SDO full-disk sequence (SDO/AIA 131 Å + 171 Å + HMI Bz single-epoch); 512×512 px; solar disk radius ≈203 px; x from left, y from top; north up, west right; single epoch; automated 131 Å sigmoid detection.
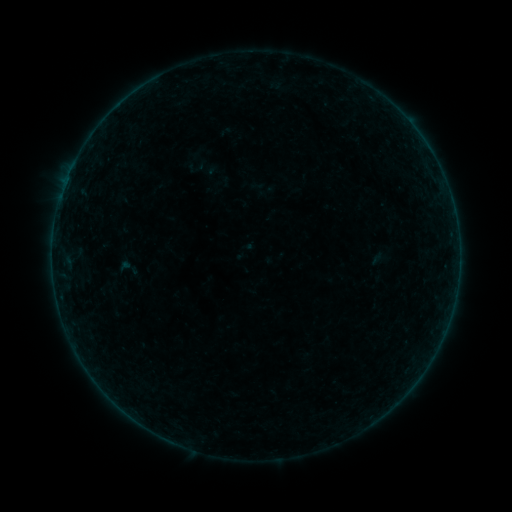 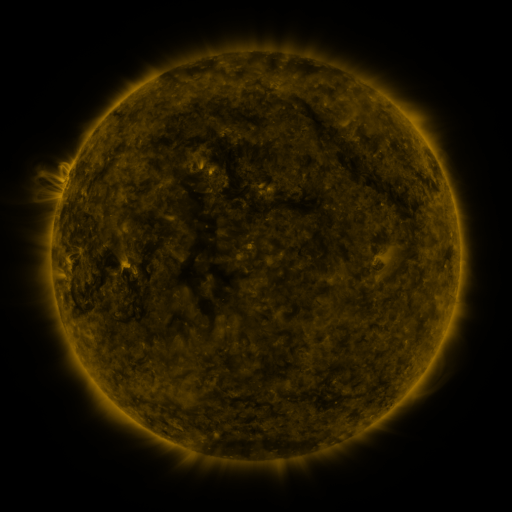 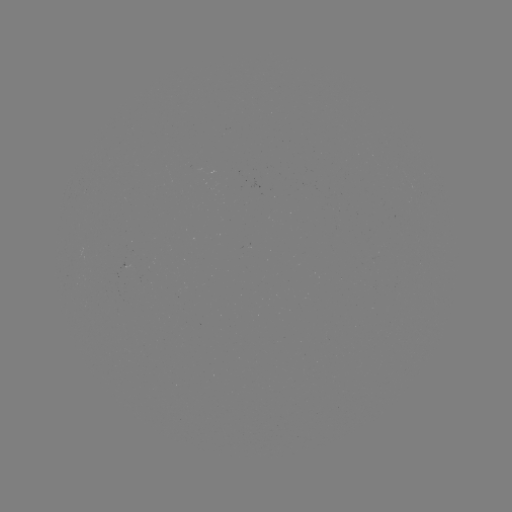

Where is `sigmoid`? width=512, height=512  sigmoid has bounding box [114, 256, 142, 279].